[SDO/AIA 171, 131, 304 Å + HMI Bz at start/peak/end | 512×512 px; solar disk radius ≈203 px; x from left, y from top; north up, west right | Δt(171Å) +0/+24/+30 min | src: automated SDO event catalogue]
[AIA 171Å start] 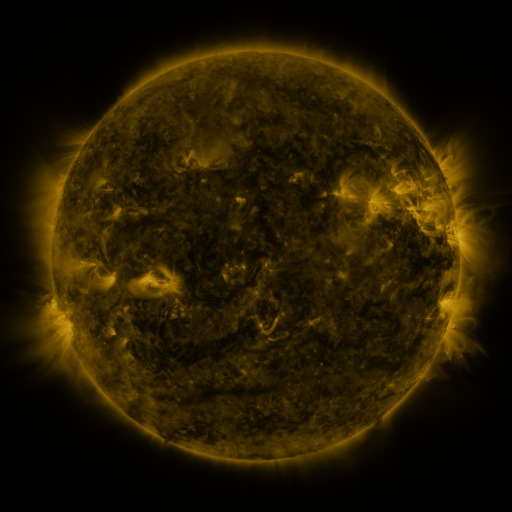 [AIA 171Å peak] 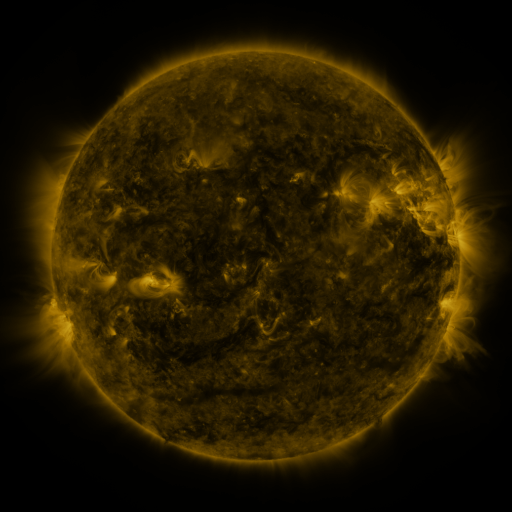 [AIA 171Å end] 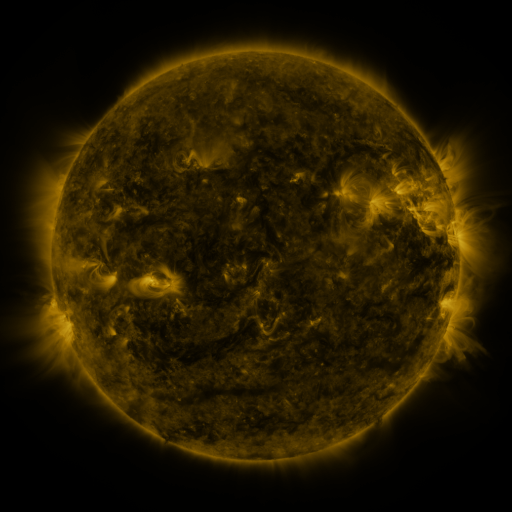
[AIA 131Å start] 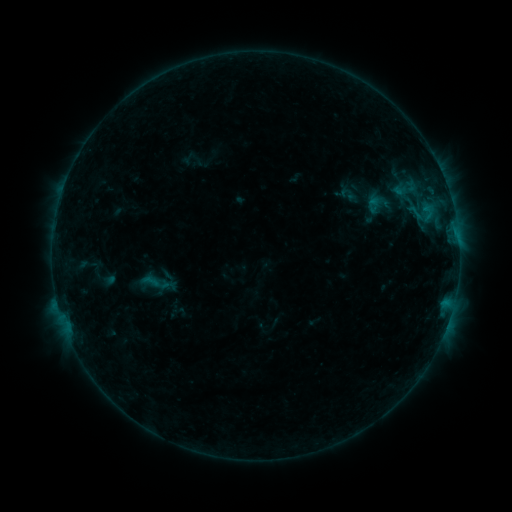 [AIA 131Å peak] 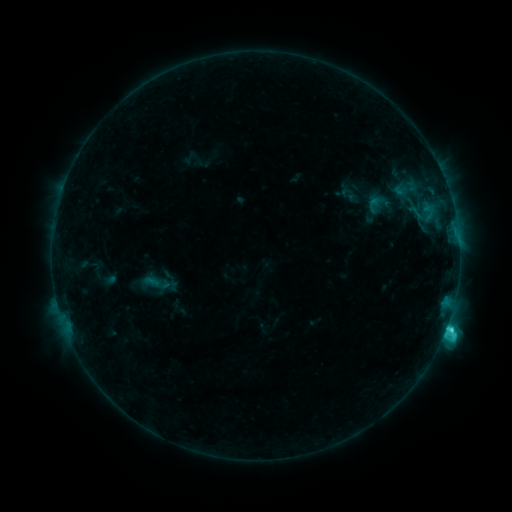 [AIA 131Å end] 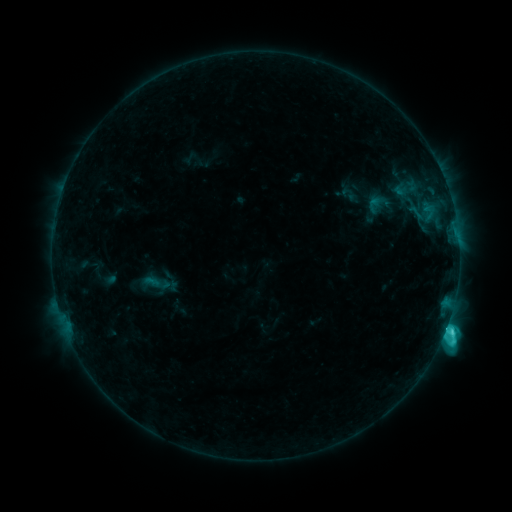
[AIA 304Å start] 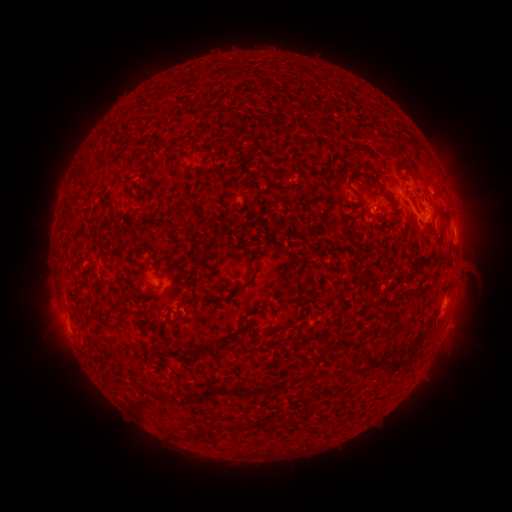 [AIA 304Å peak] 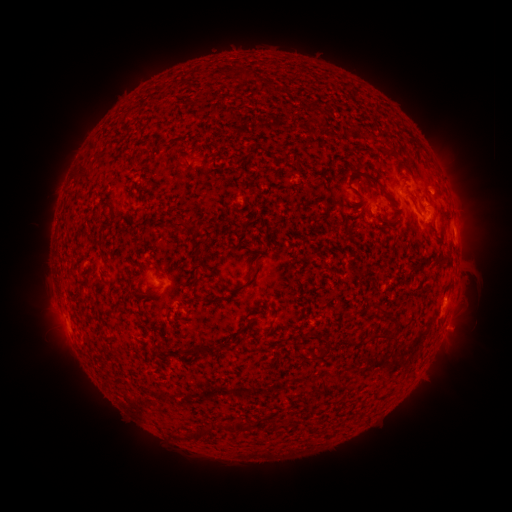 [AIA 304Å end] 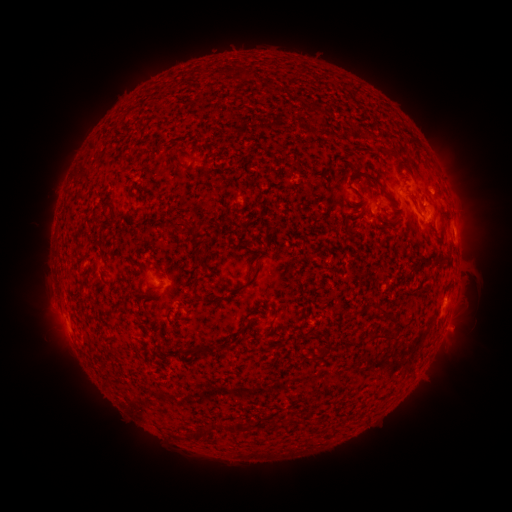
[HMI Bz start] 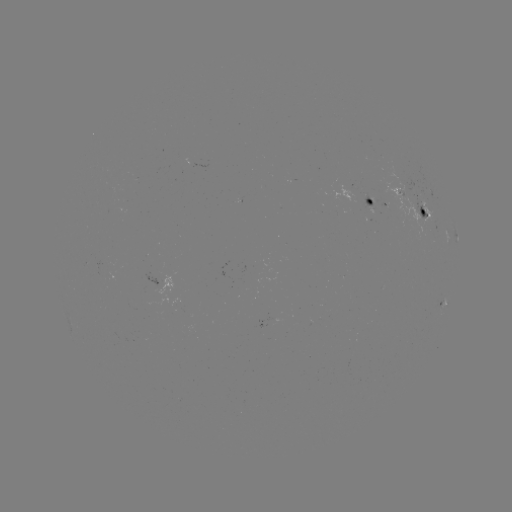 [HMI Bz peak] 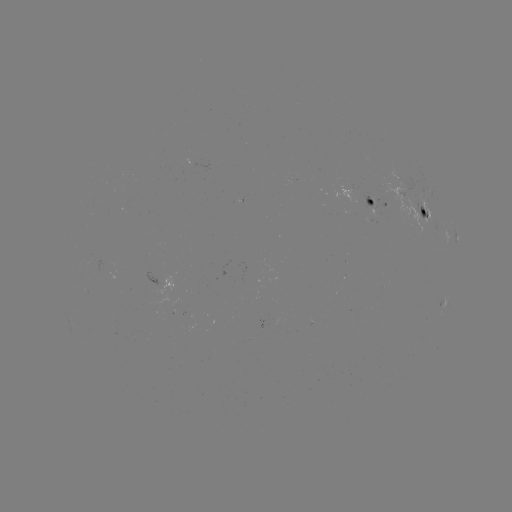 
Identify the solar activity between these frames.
C5.5 flare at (446, 323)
